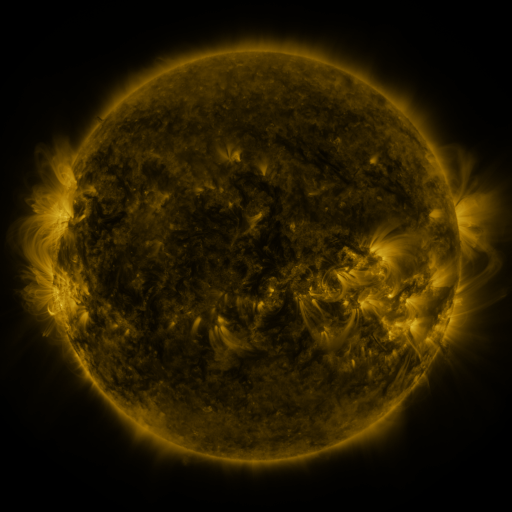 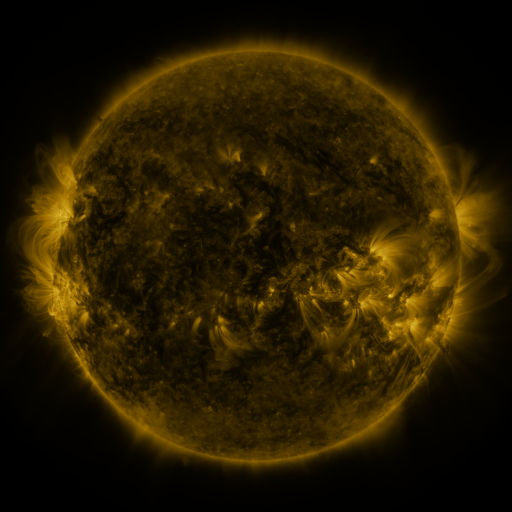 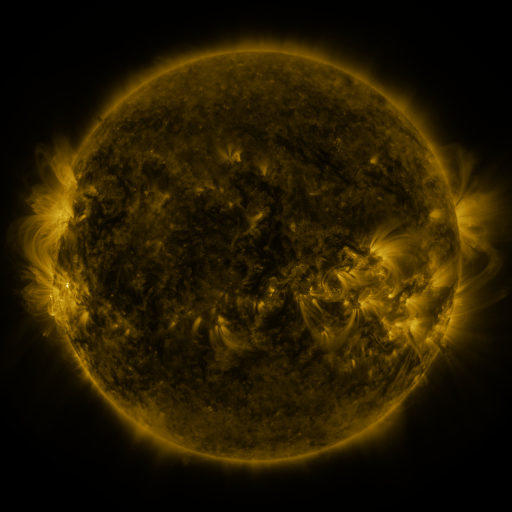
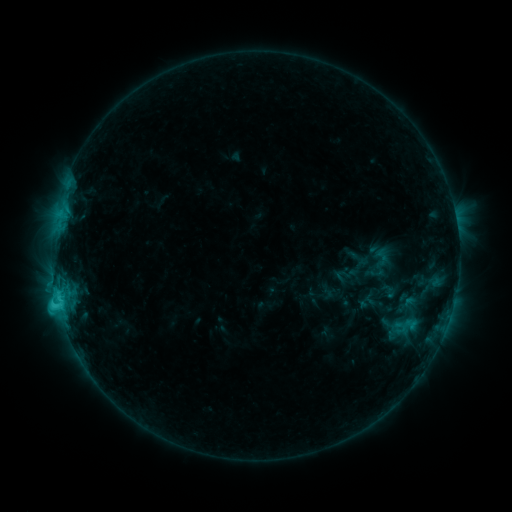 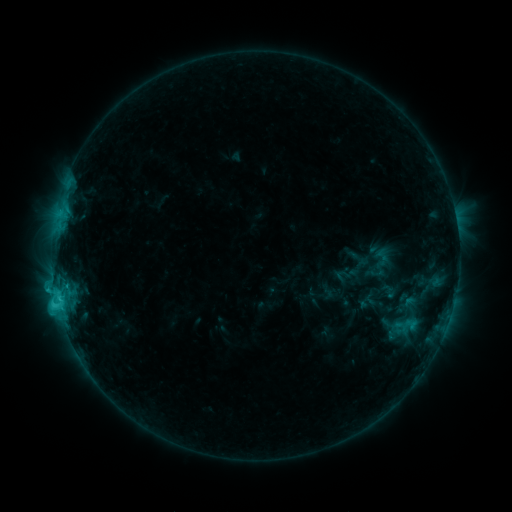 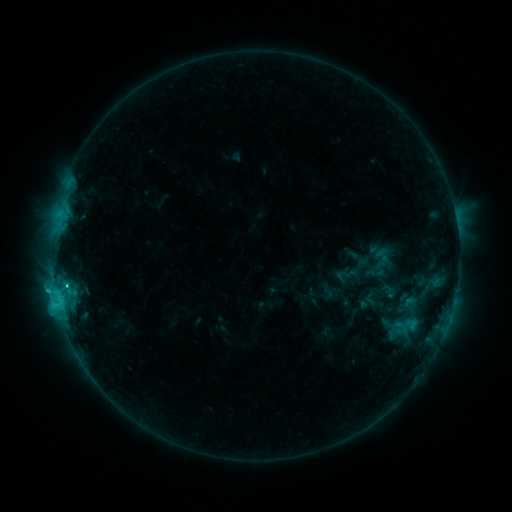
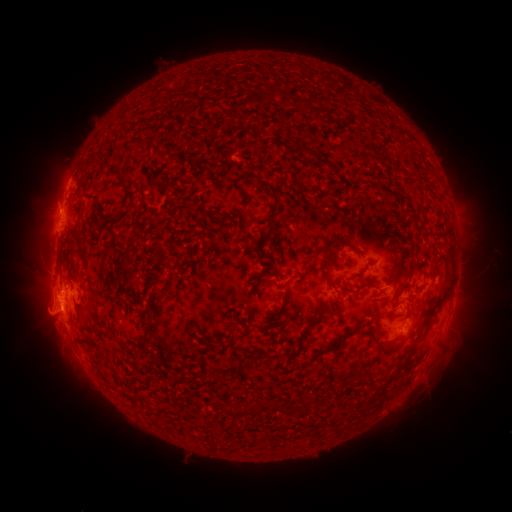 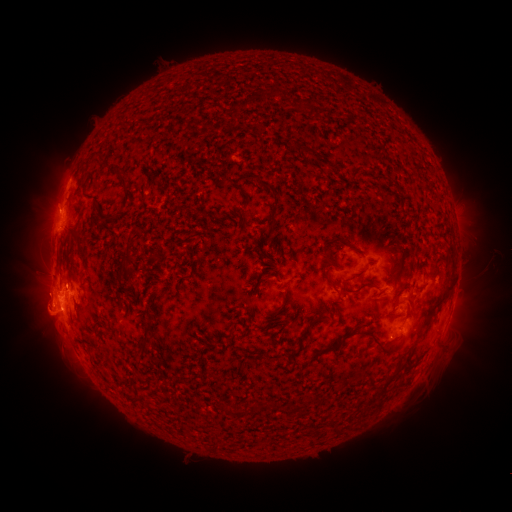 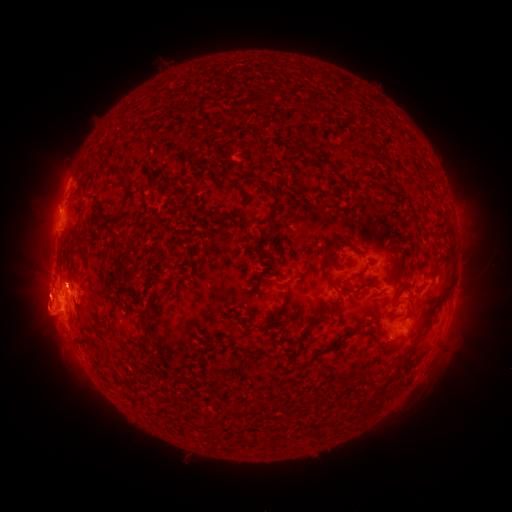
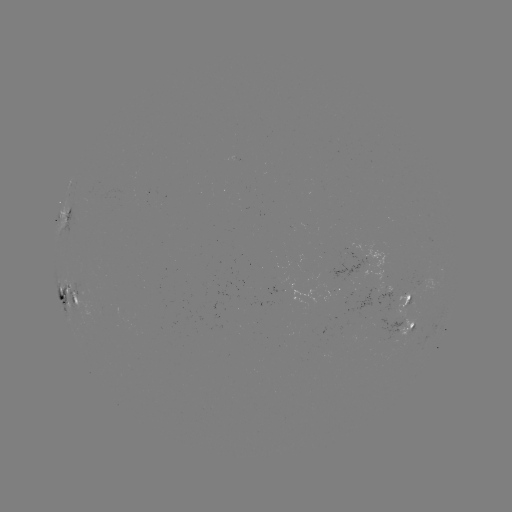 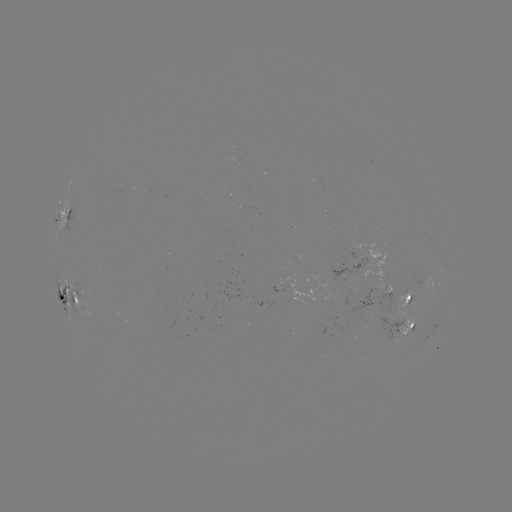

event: flare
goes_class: M3.5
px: (58, 300)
